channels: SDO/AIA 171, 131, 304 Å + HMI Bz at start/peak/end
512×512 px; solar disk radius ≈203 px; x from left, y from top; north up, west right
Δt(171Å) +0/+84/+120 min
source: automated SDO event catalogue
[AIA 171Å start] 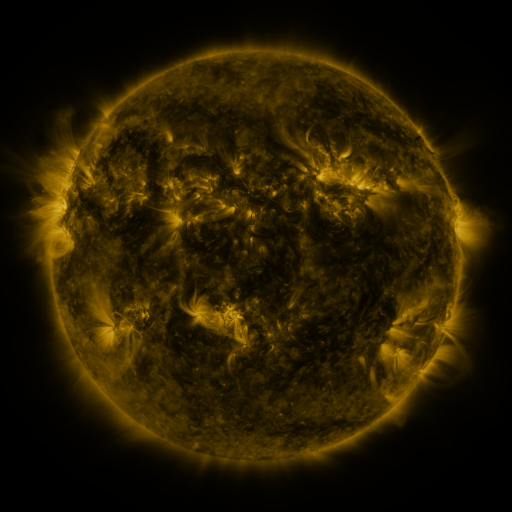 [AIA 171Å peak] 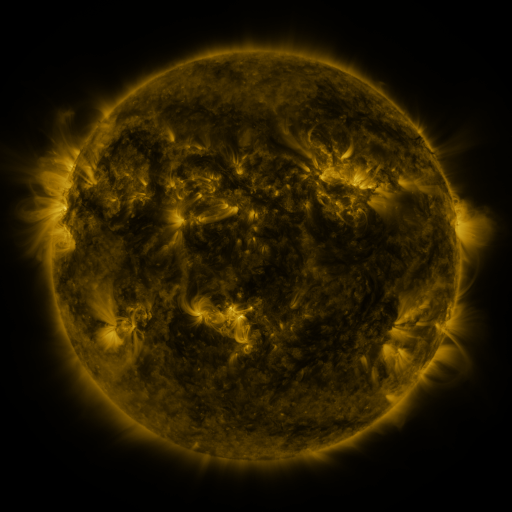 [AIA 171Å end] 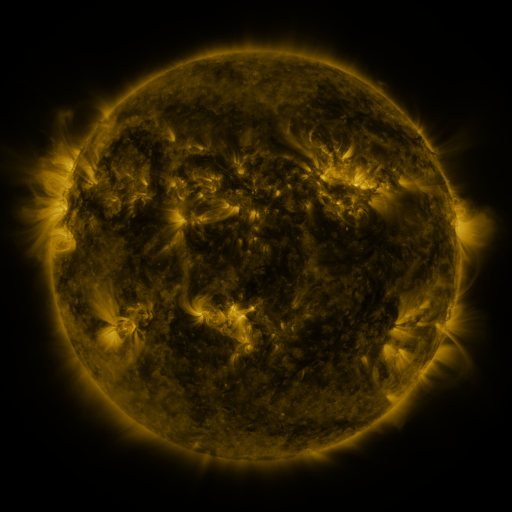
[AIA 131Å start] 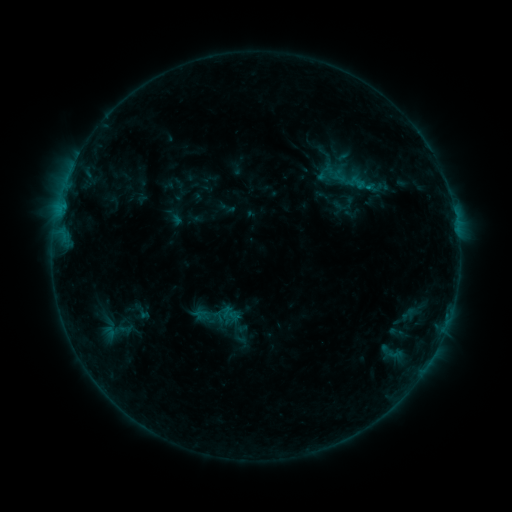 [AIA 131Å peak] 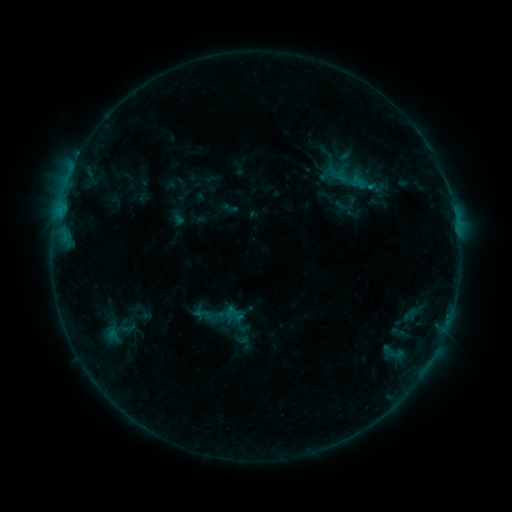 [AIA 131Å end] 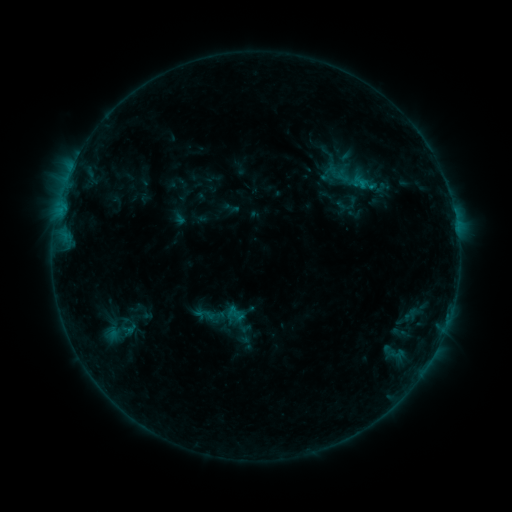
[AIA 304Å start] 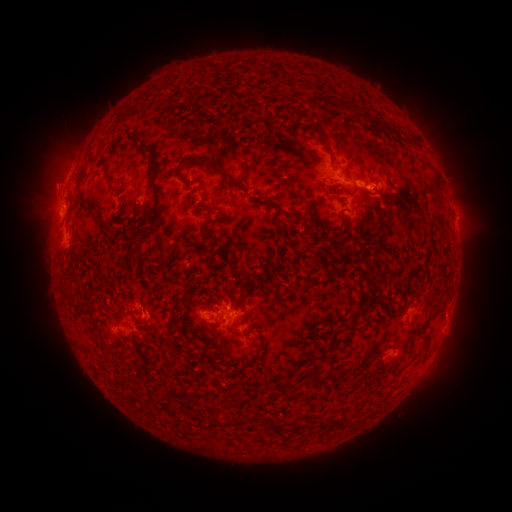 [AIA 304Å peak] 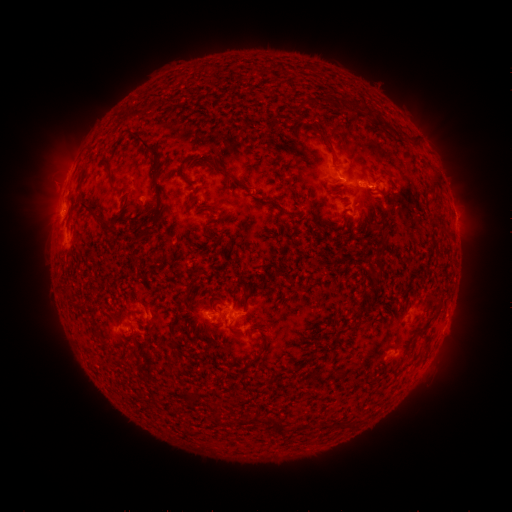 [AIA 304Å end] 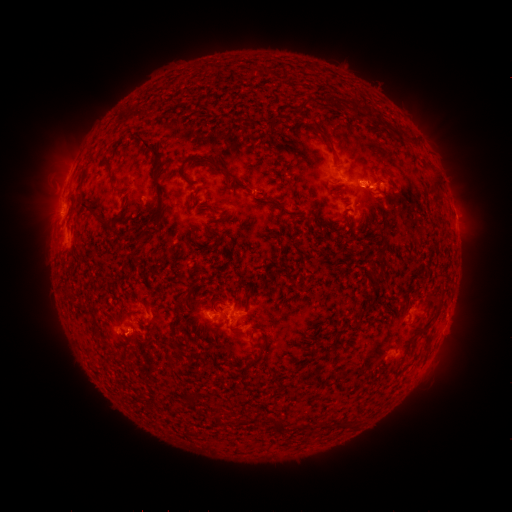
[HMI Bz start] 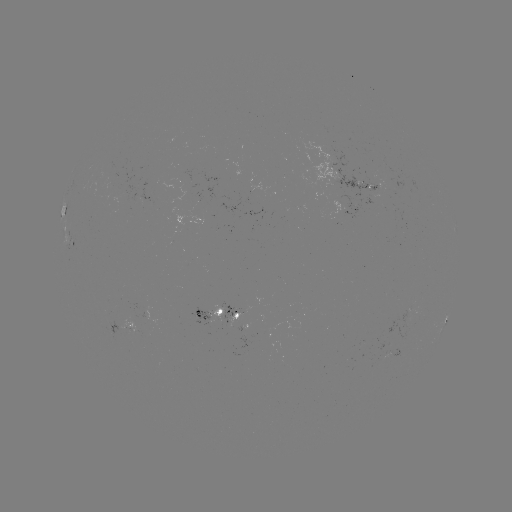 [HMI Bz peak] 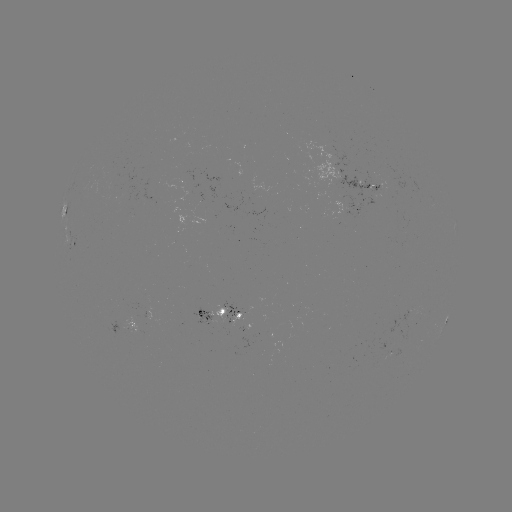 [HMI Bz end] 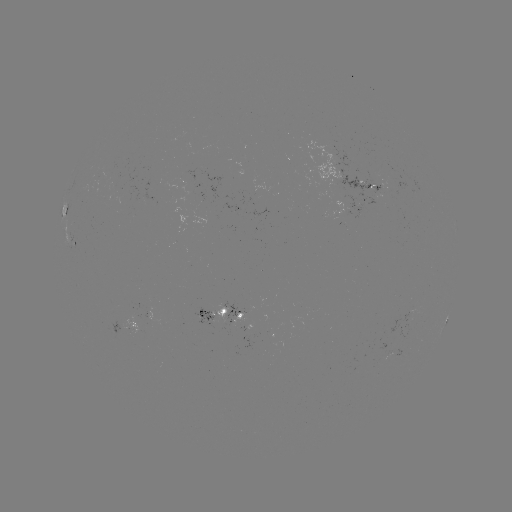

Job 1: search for emerging-flux region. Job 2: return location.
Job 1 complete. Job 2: (133, 324).